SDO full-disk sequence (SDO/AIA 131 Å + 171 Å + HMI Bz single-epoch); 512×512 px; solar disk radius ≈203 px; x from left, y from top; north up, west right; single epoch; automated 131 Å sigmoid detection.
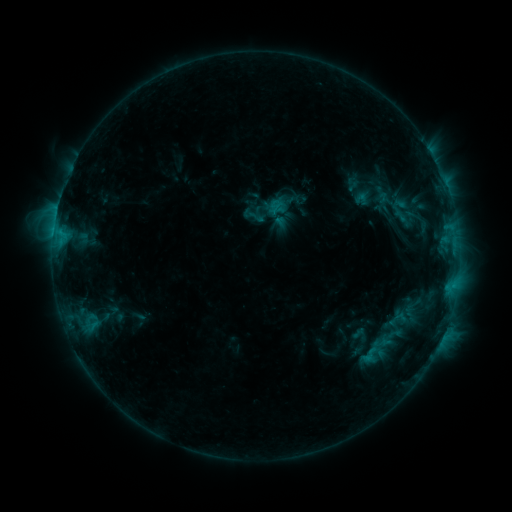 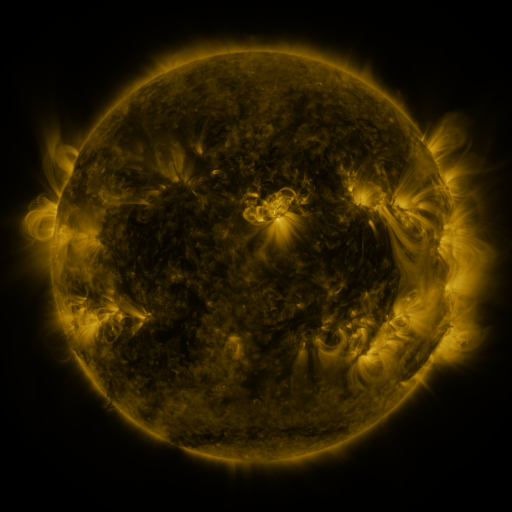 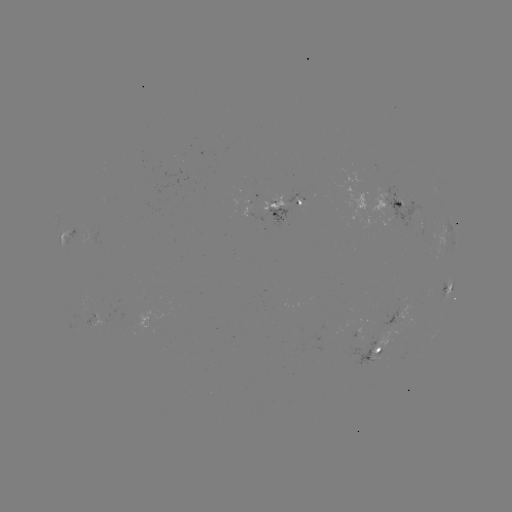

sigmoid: [359, 344, 379, 365]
